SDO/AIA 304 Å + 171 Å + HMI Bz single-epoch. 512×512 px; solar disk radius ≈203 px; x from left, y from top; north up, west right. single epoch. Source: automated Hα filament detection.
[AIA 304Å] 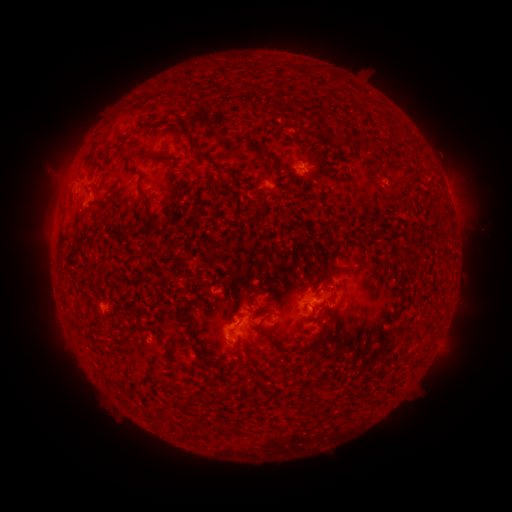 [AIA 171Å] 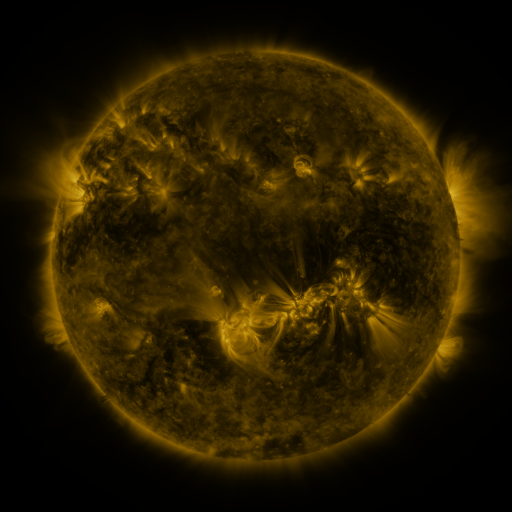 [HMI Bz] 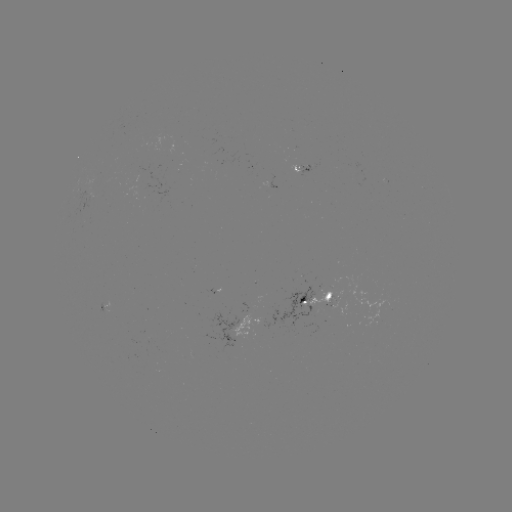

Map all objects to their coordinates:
filament: (154, 123)
filament: (195, 140)
filament: (268, 152)
filament: (153, 156)
filament: (179, 170)
filament: (137, 171)
filament: (148, 205)
filament: (404, 259)
filament: (302, 302)
filament: (327, 310)
filament: (263, 319)
filament: (327, 331)
filament: (318, 343)
filament: (199, 357)
